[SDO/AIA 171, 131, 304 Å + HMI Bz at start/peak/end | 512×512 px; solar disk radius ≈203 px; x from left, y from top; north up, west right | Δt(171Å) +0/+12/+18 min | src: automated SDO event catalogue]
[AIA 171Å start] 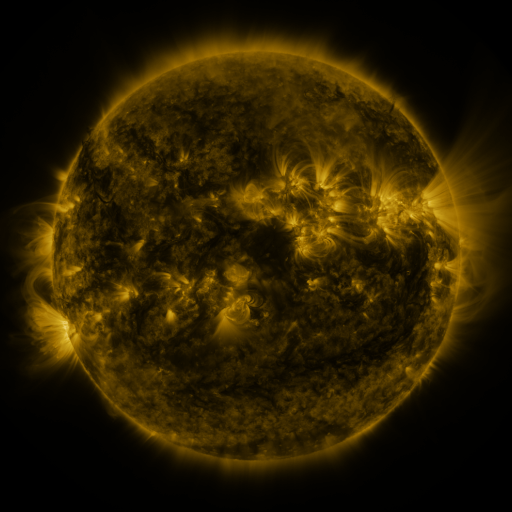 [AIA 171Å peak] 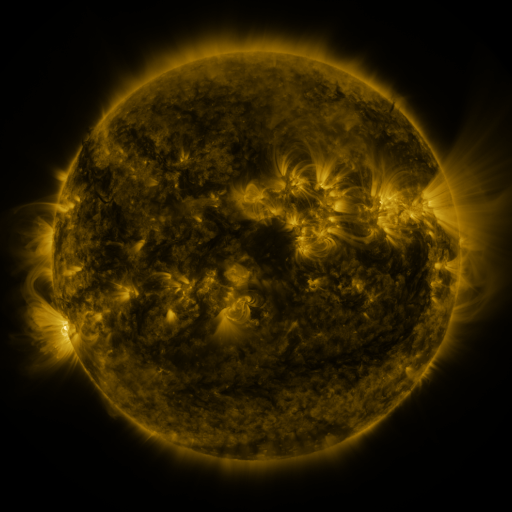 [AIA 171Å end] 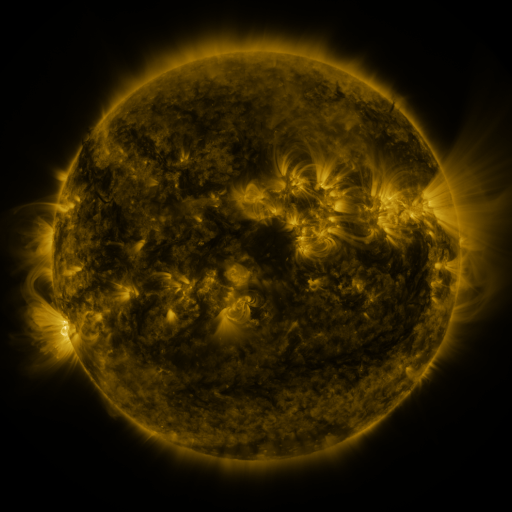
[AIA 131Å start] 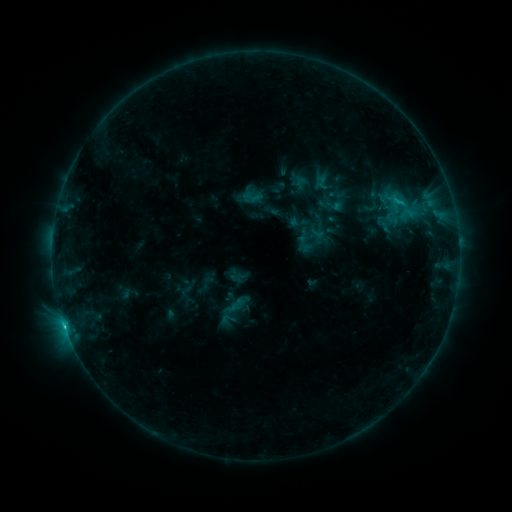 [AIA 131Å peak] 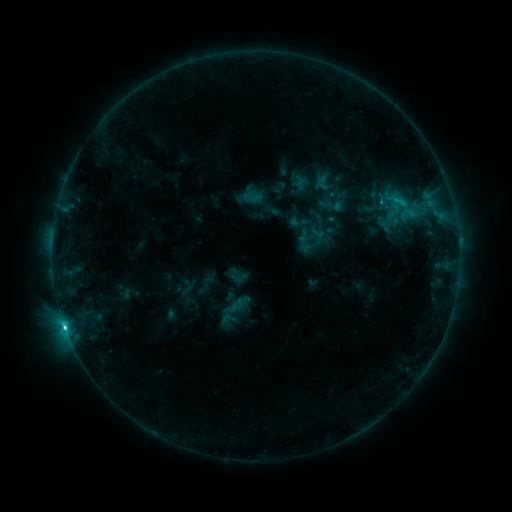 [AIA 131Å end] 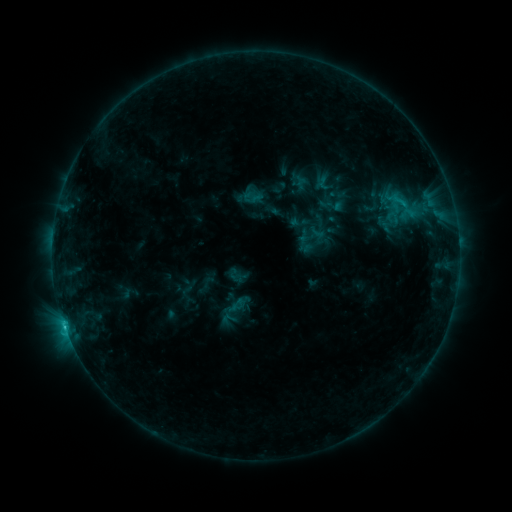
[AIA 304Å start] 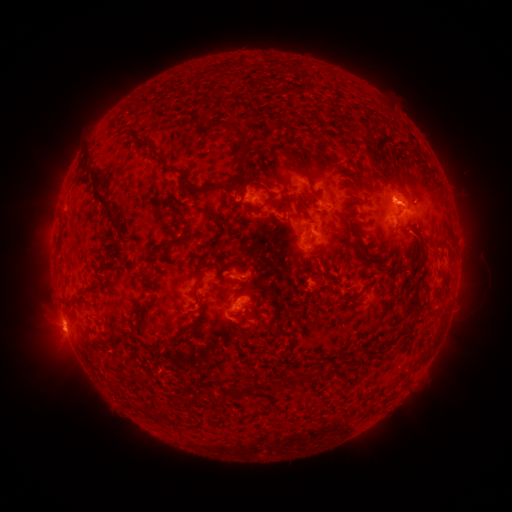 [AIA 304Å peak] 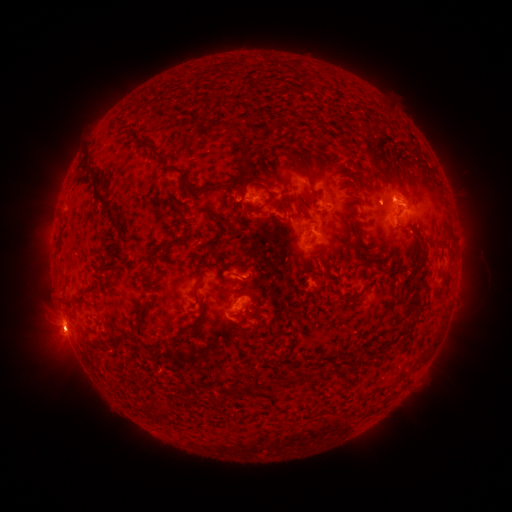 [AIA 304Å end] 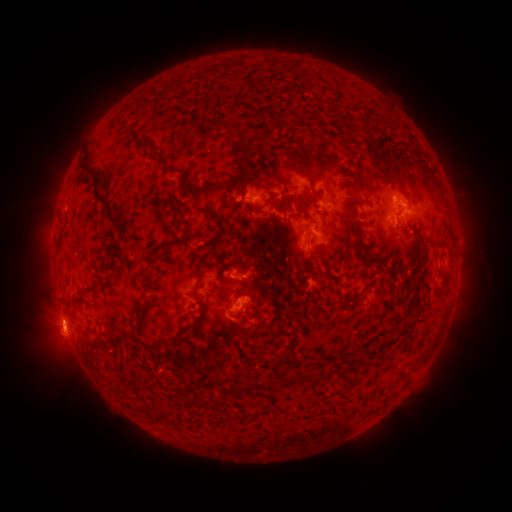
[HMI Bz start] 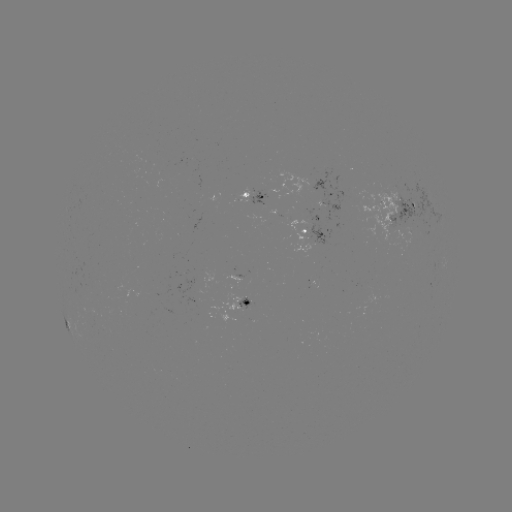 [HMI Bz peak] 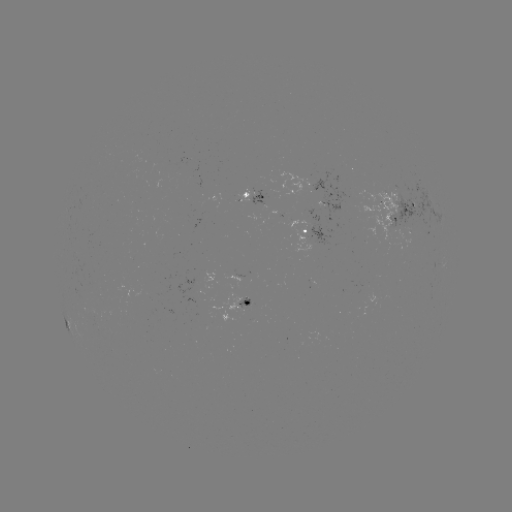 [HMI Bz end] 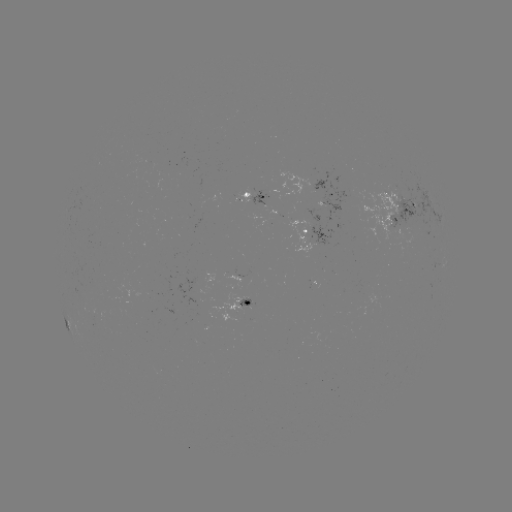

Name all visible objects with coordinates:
C2.4 flare: (66, 325)
